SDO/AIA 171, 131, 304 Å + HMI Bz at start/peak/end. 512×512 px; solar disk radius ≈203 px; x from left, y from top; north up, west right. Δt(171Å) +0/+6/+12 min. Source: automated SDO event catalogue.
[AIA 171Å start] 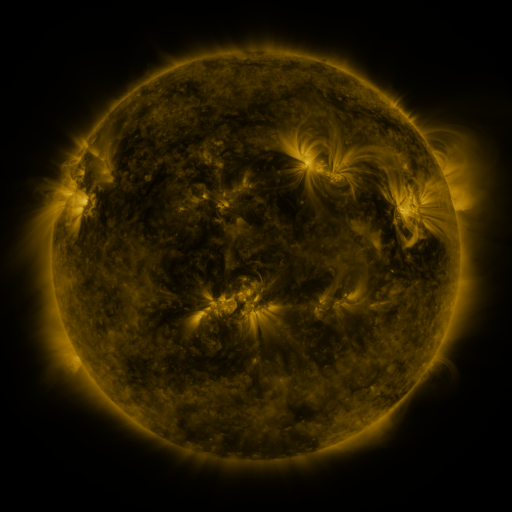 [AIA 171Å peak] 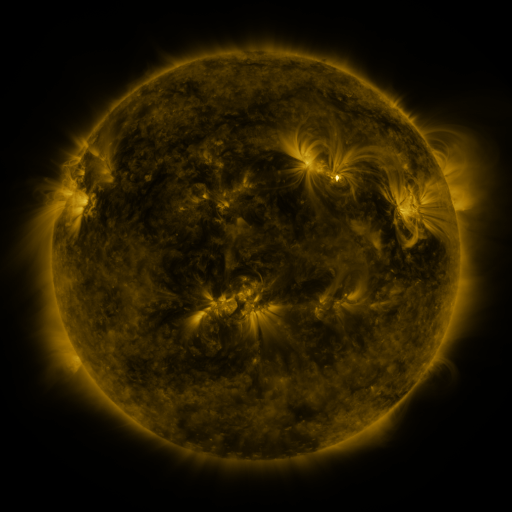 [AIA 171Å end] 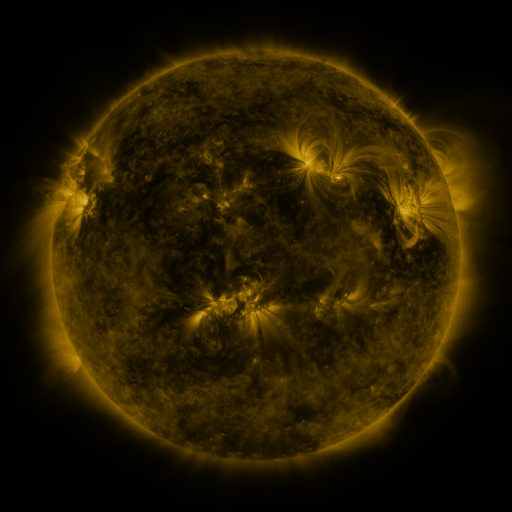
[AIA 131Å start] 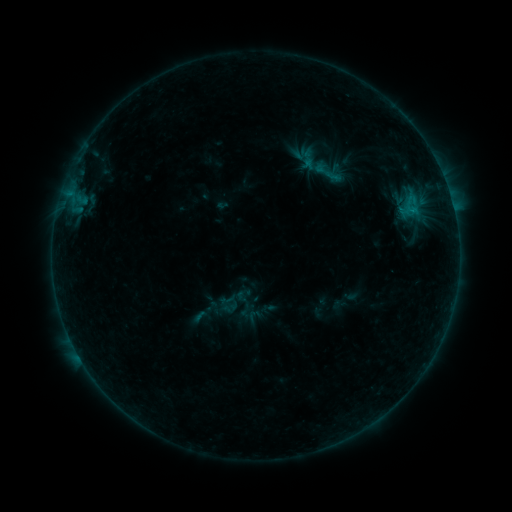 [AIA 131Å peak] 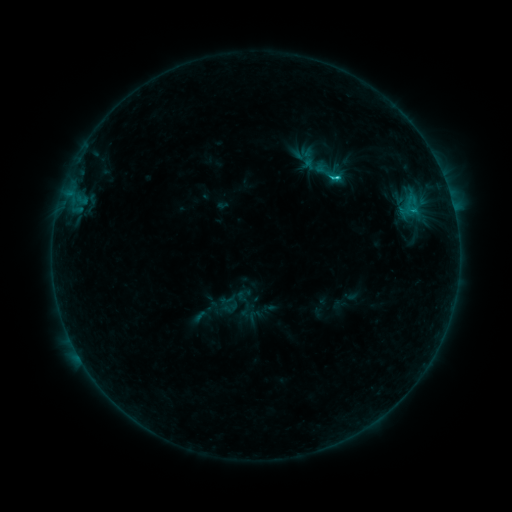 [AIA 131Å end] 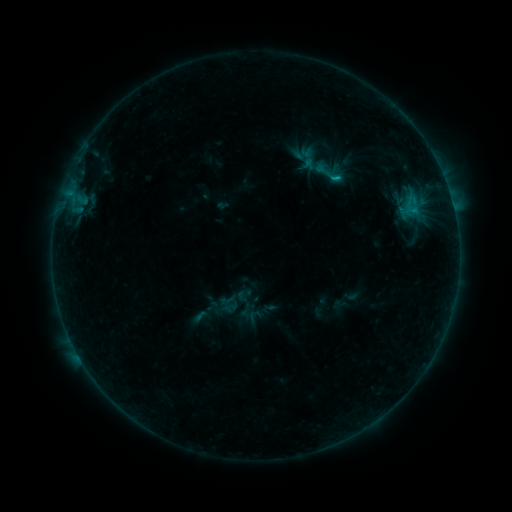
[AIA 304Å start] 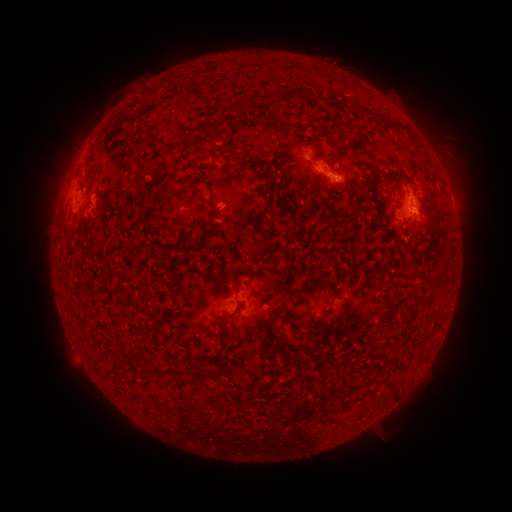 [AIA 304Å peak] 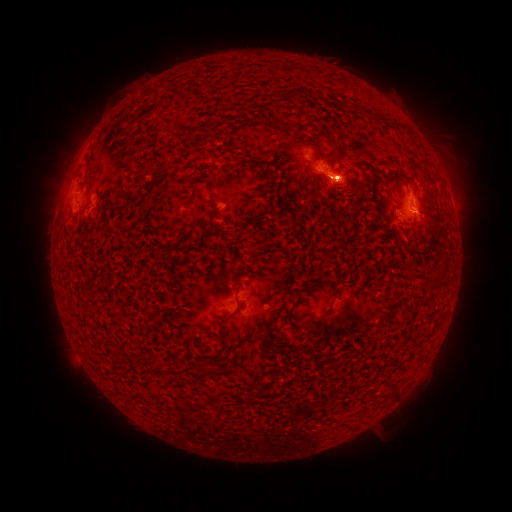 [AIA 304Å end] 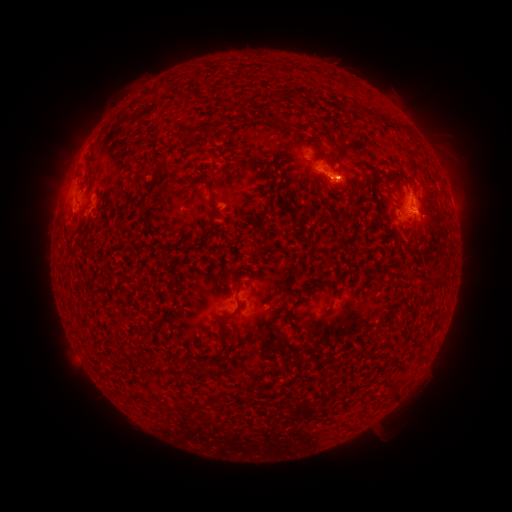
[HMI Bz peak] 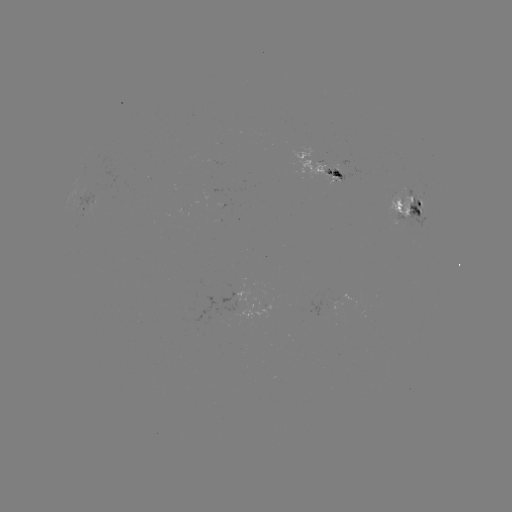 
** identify C1.4 flare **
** (336, 181) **